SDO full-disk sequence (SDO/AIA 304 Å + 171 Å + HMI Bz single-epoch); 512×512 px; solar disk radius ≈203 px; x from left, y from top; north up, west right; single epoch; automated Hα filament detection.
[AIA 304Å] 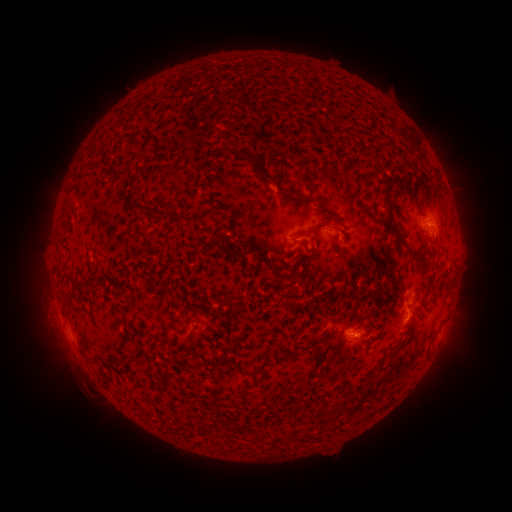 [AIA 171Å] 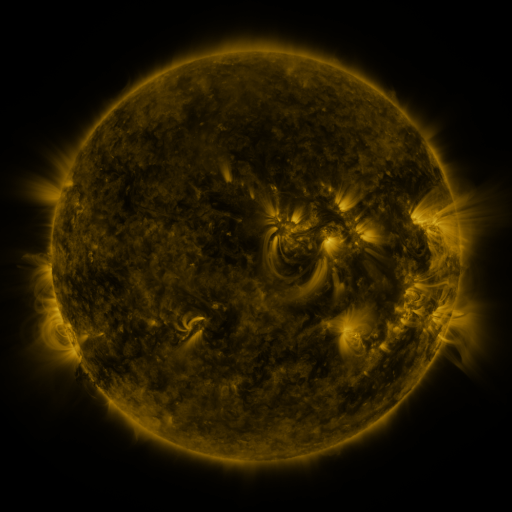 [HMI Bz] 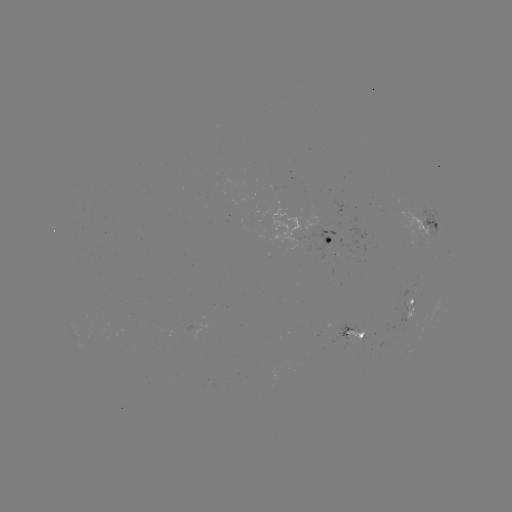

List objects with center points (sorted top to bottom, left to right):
filament: (120, 115)
filament: (258, 163)
filament: (386, 180)
filament: (407, 188)
filament: (77, 195)
filament: (309, 198)
filament: (180, 219)
filament: (388, 227)
filament: (314, 228)
filament: (301, 243)
filament: (330, 248)
filament: (229, 253)
filament: (293, 280)
filament: (306, 384)
filament: (246, 404)
